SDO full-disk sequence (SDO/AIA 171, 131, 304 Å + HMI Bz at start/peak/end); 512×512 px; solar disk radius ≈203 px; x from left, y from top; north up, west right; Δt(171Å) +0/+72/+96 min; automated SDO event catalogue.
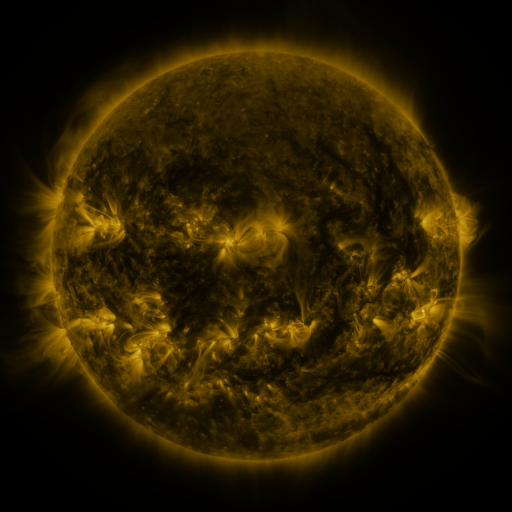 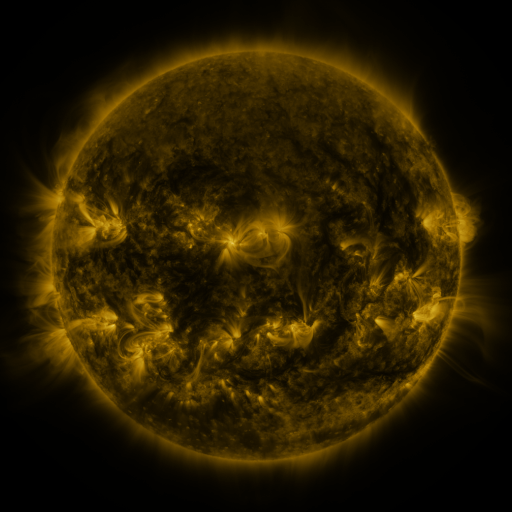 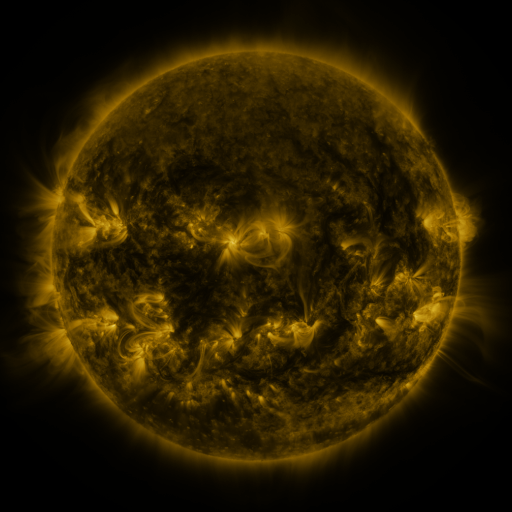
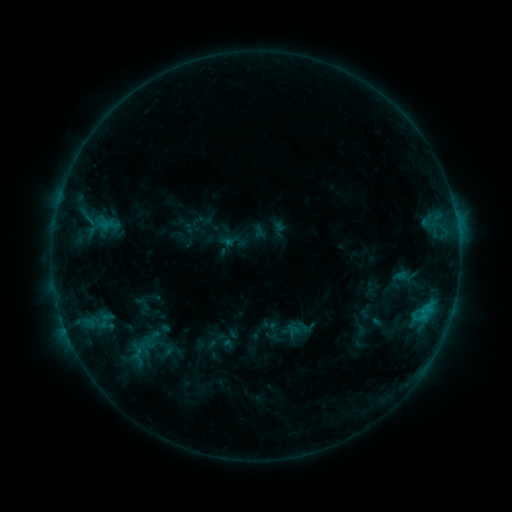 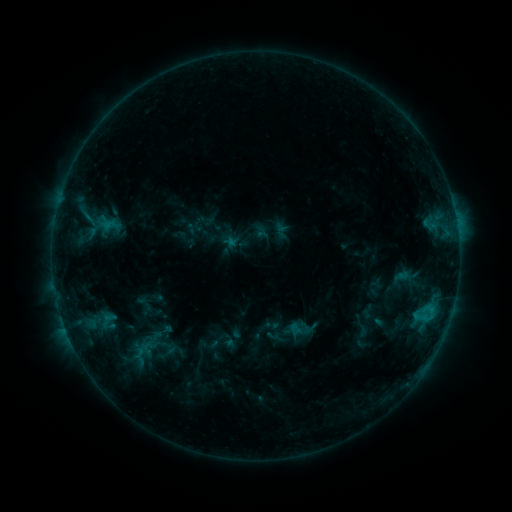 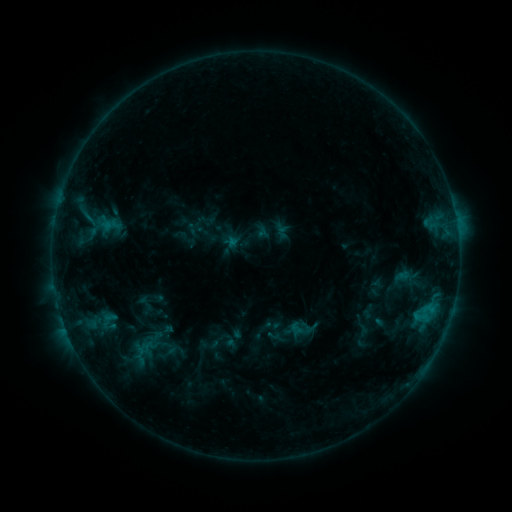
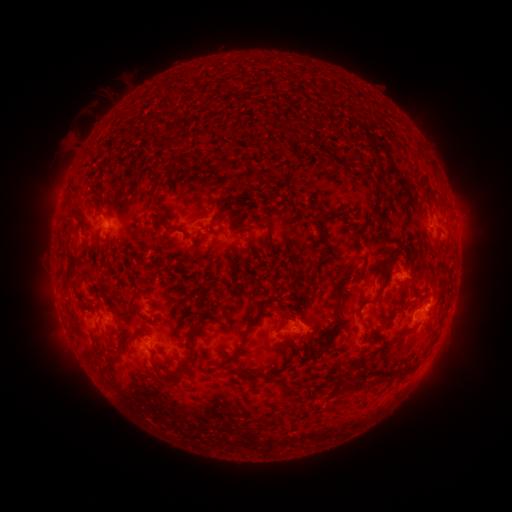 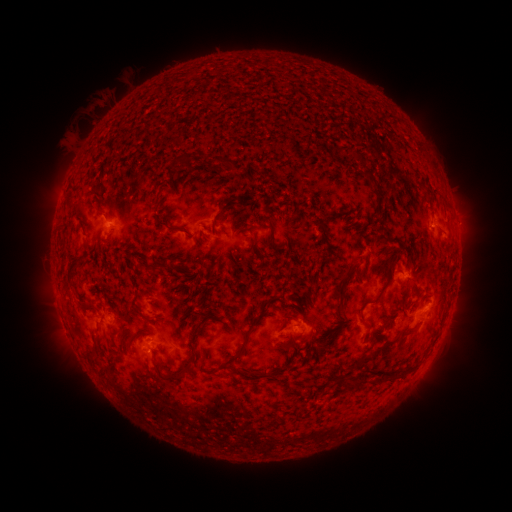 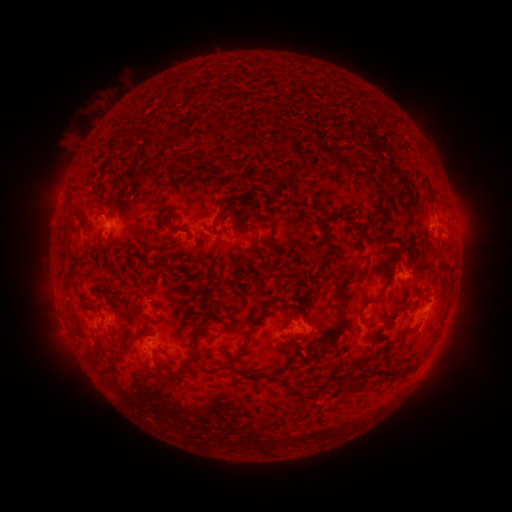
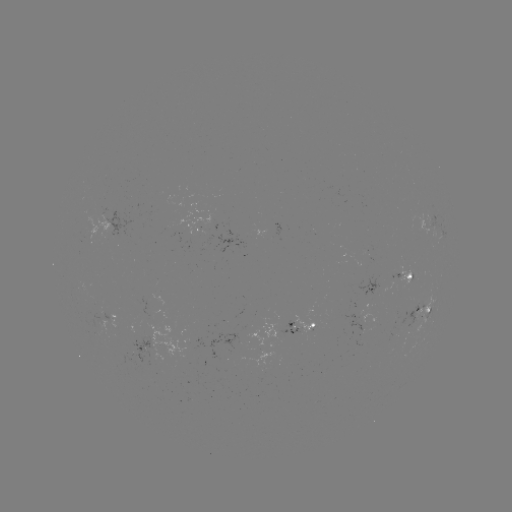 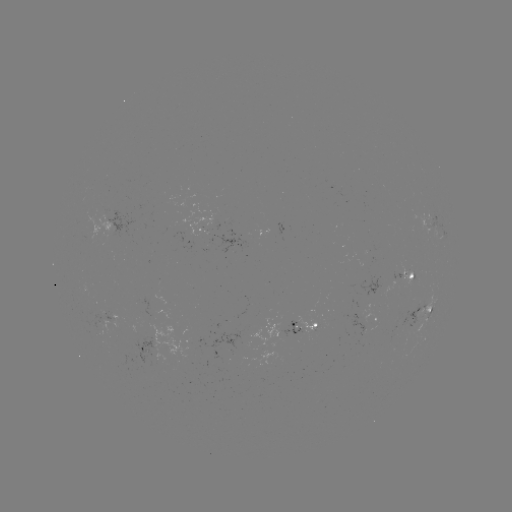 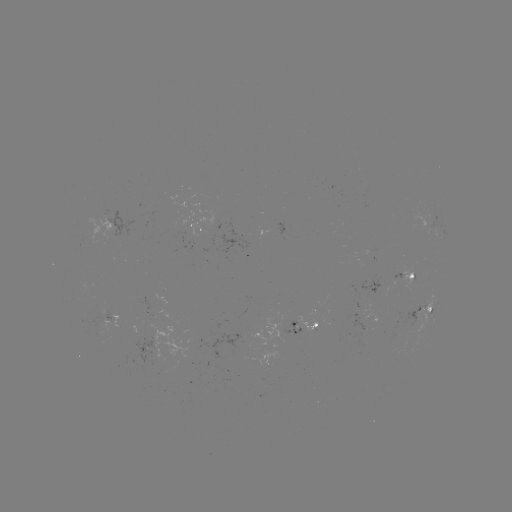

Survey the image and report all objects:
emerging-flux region: (205, 229)
